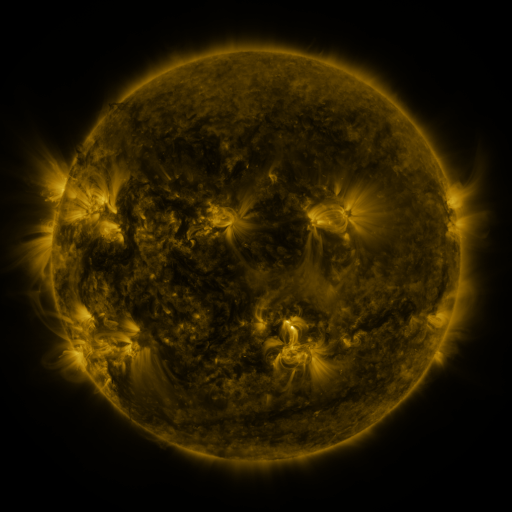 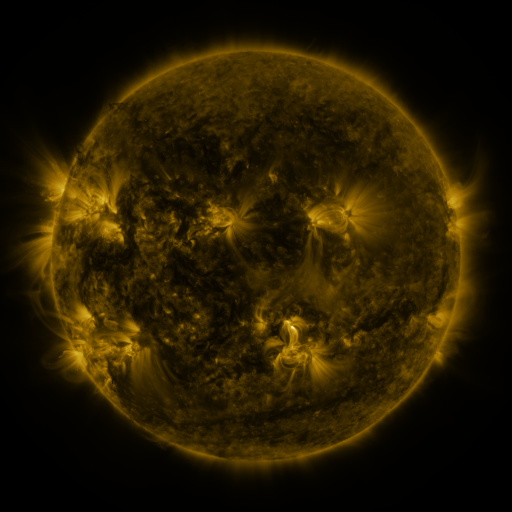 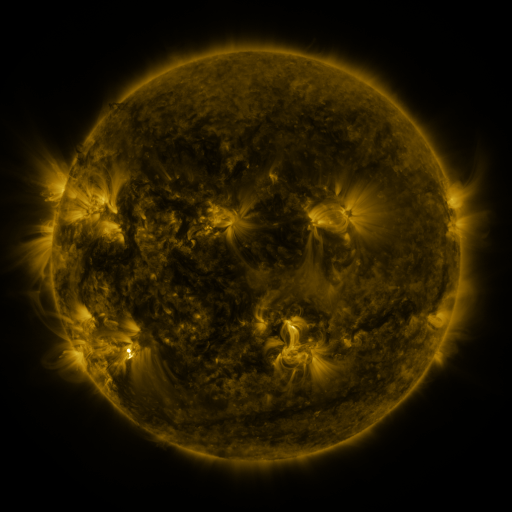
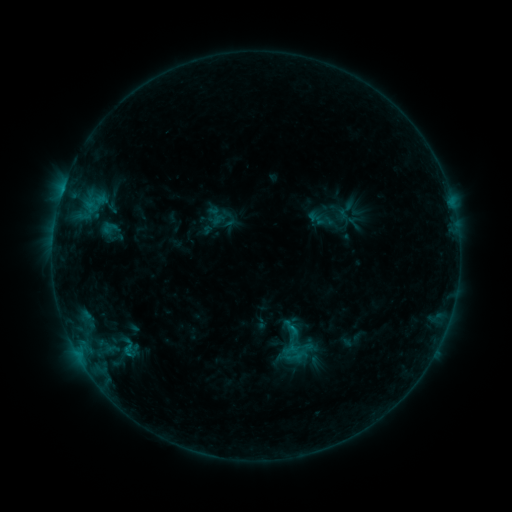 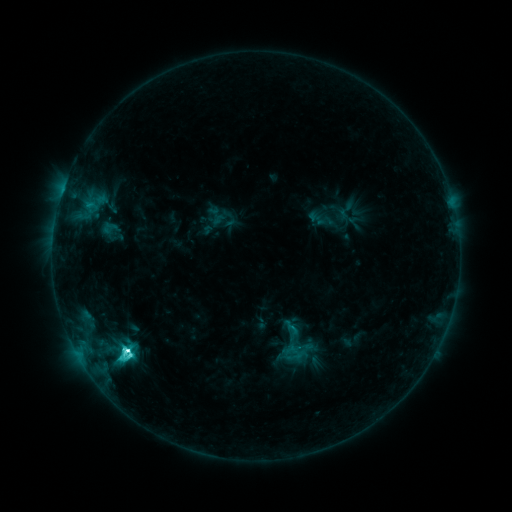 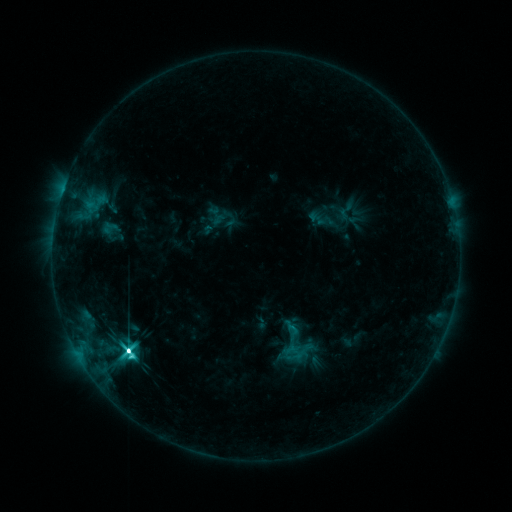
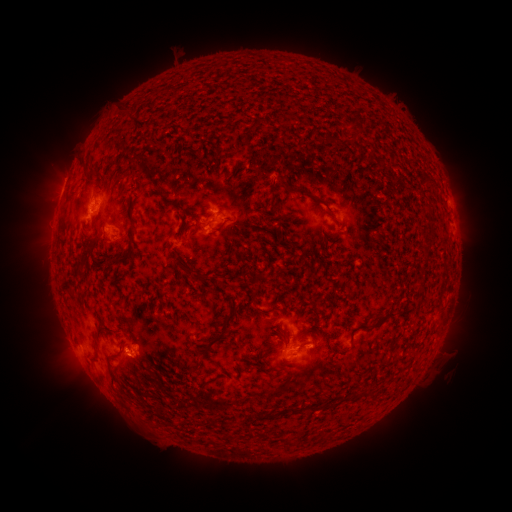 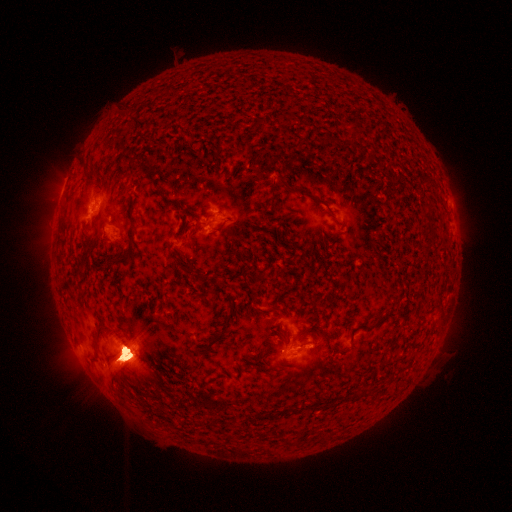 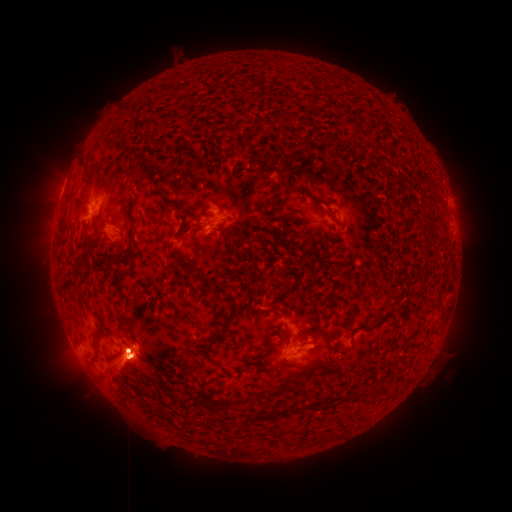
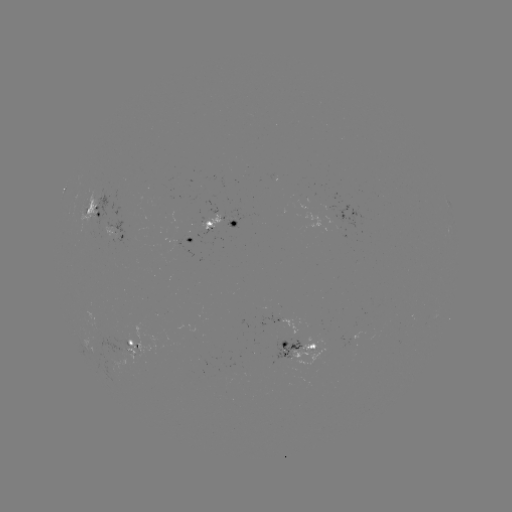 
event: flare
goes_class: M2.5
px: (128, 352)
